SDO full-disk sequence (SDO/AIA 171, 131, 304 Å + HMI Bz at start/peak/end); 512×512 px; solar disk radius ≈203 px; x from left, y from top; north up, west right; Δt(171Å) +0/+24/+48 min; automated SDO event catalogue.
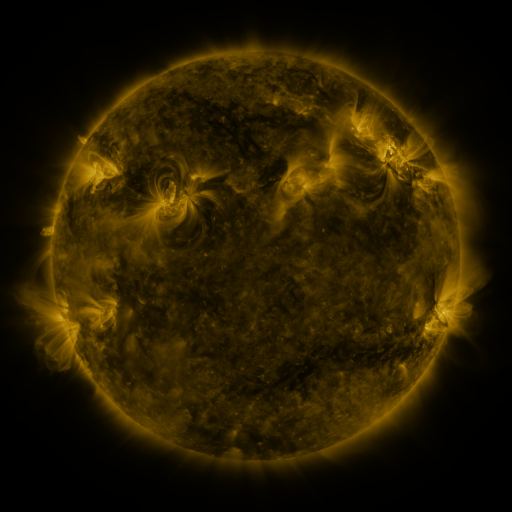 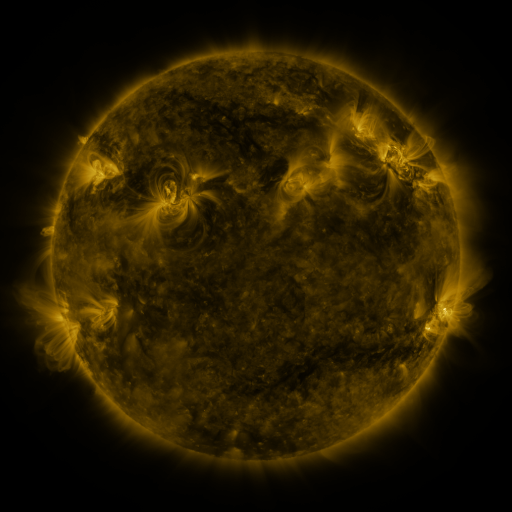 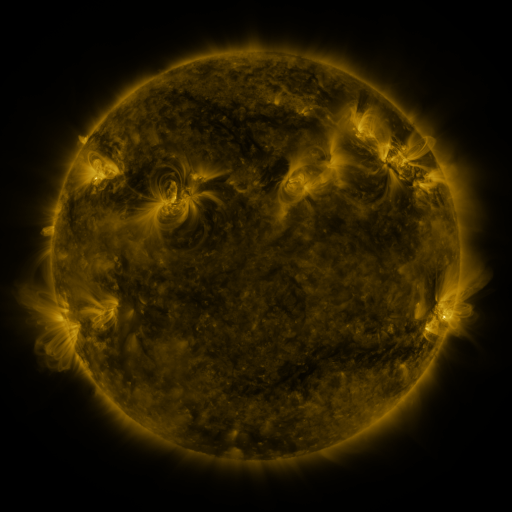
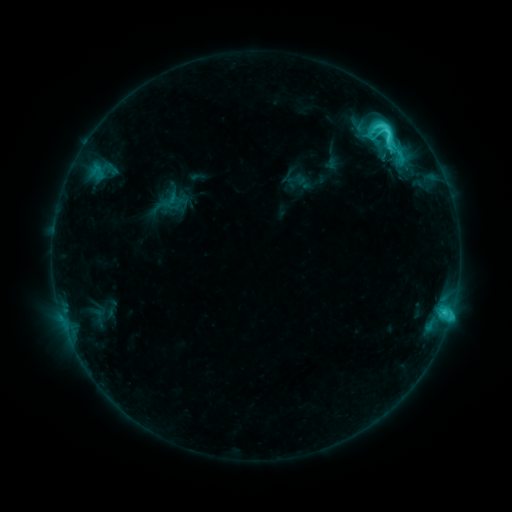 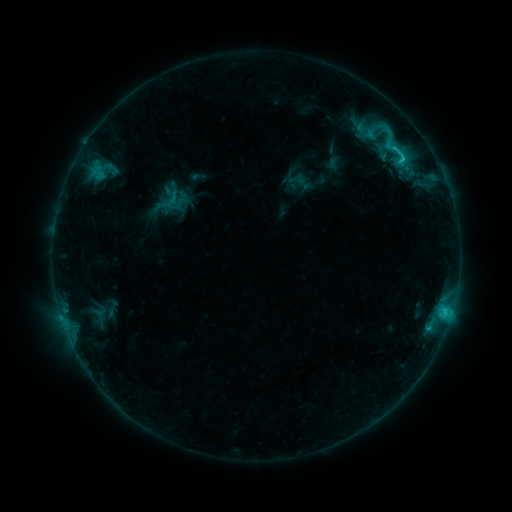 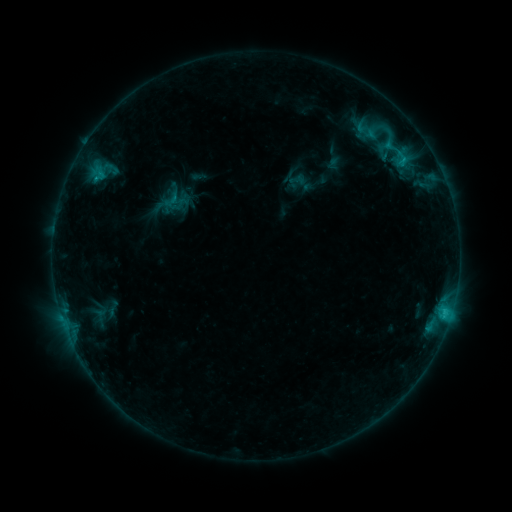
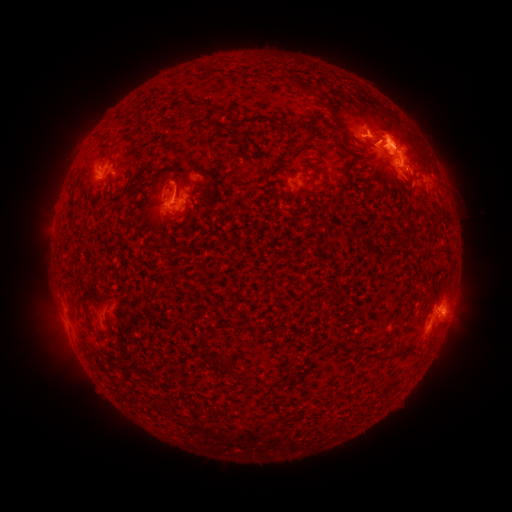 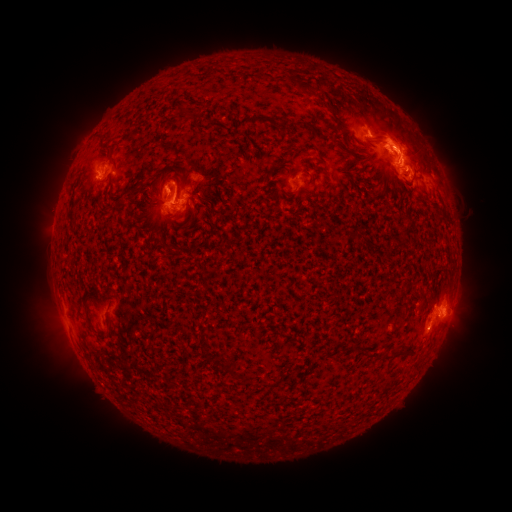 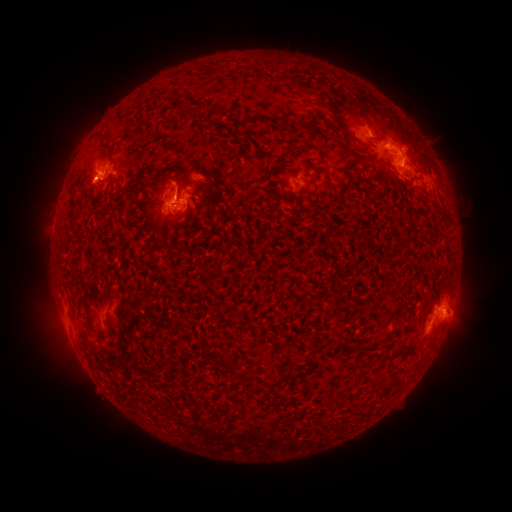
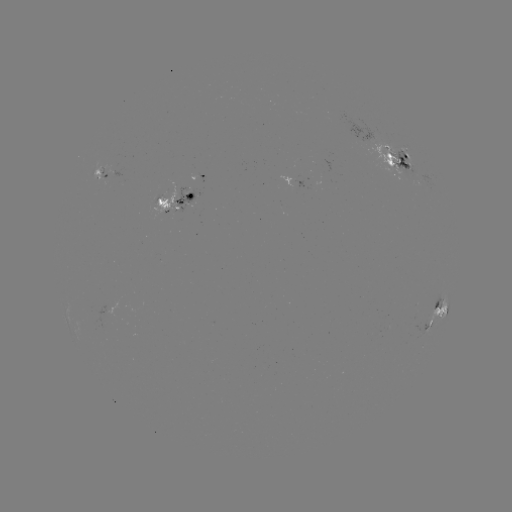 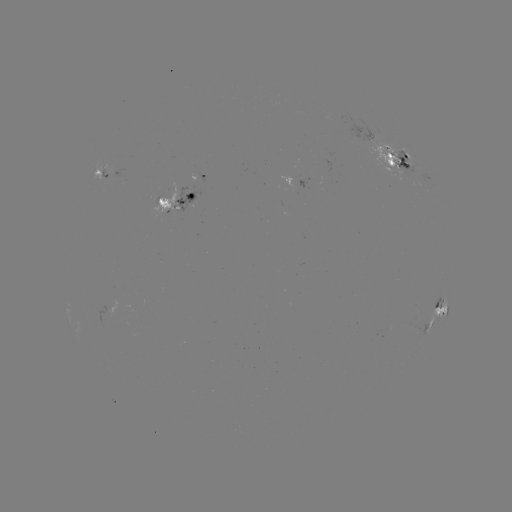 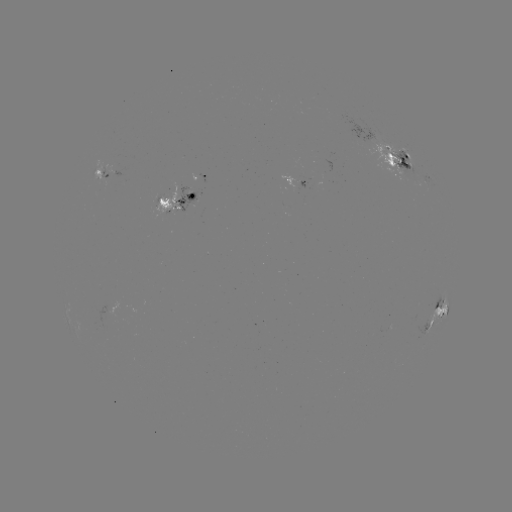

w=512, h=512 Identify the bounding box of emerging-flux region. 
[361, 138, 411, 173].